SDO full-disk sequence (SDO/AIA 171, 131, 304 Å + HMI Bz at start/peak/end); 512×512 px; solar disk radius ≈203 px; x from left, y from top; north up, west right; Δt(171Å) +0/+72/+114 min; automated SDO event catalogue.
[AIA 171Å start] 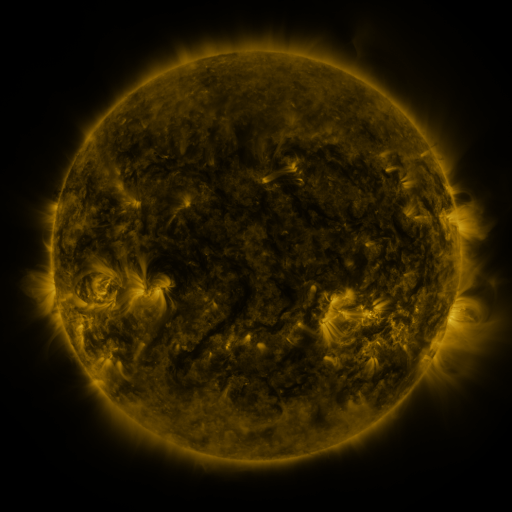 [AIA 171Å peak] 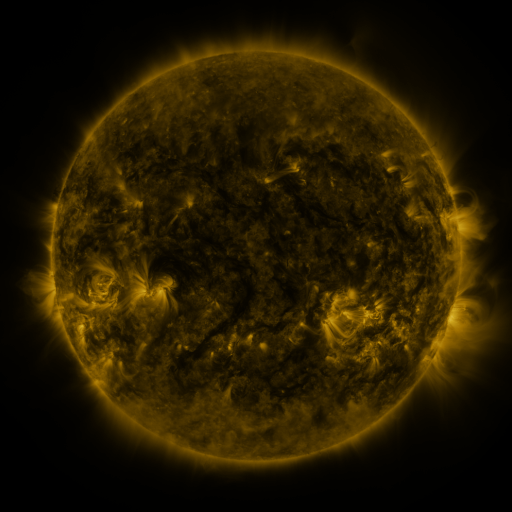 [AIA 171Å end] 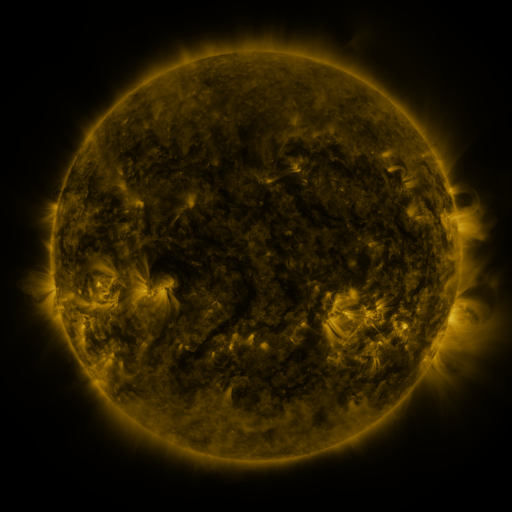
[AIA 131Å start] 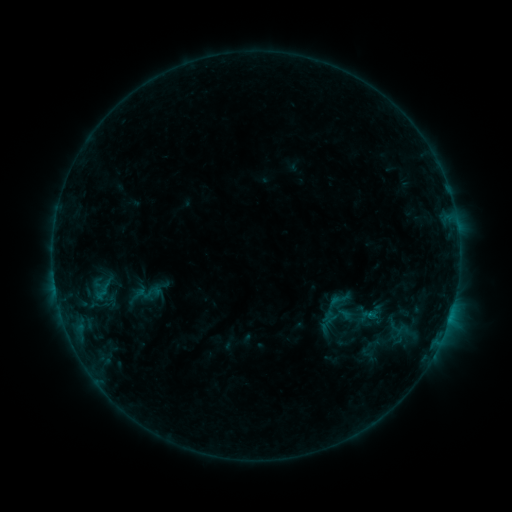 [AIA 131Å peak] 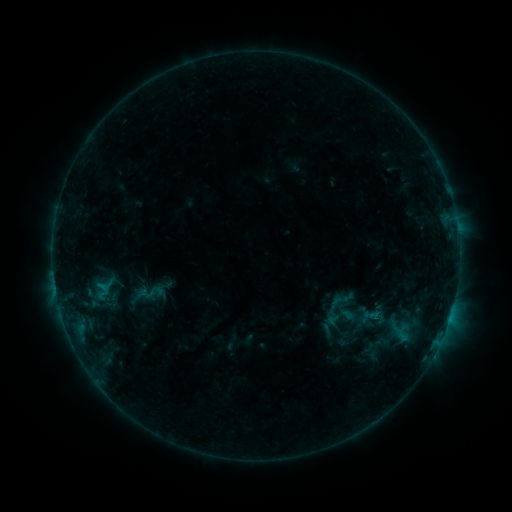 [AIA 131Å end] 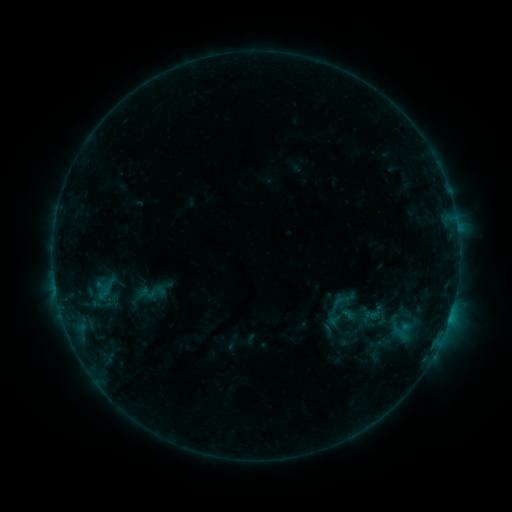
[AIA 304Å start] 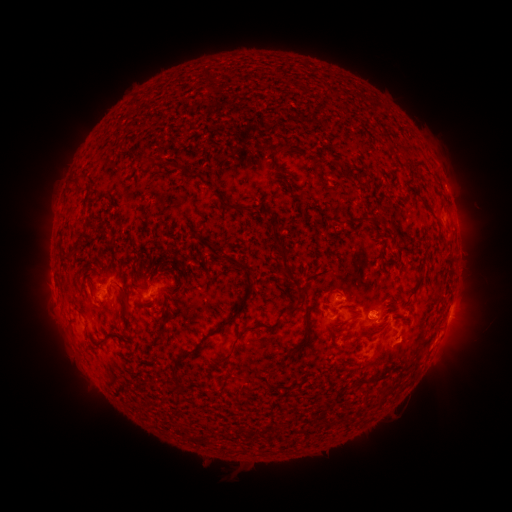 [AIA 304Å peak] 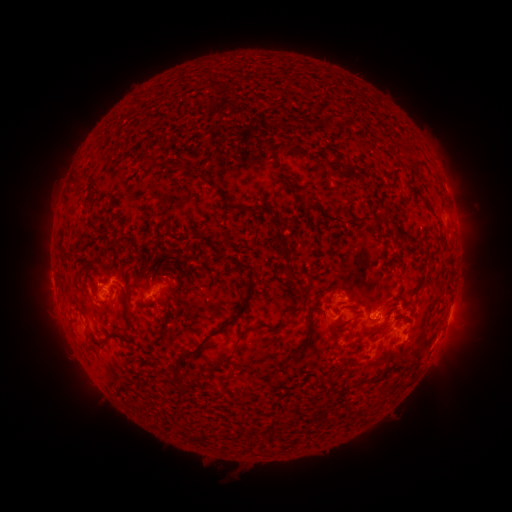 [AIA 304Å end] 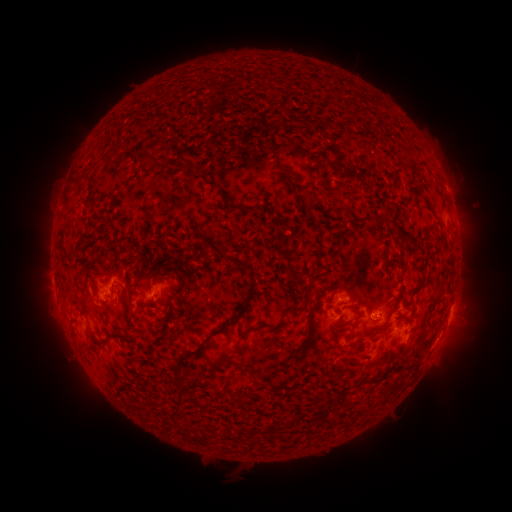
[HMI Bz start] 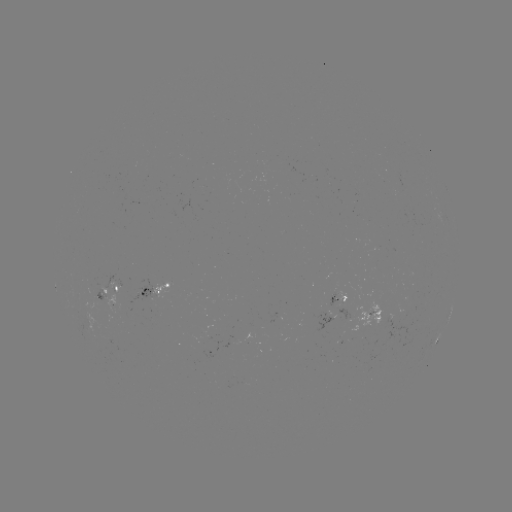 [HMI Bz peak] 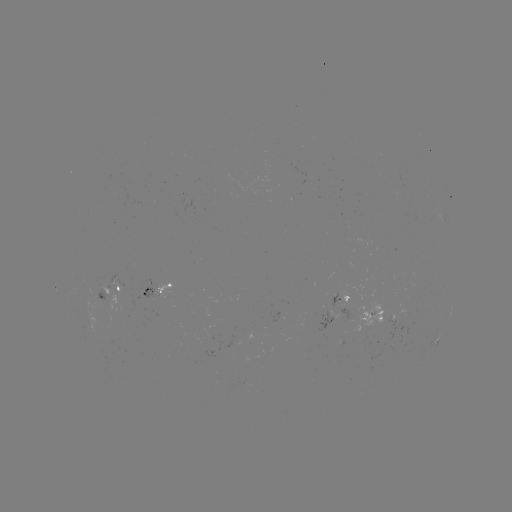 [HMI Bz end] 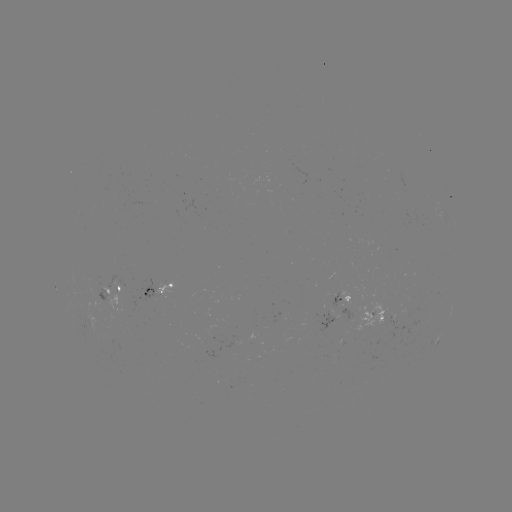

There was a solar flare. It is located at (101, 283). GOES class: C1.1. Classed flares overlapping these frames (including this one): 1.